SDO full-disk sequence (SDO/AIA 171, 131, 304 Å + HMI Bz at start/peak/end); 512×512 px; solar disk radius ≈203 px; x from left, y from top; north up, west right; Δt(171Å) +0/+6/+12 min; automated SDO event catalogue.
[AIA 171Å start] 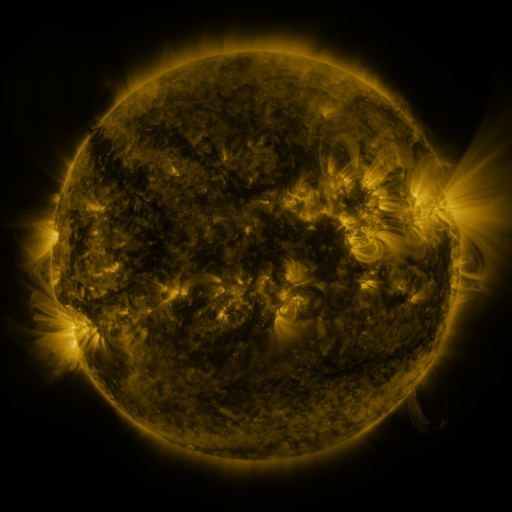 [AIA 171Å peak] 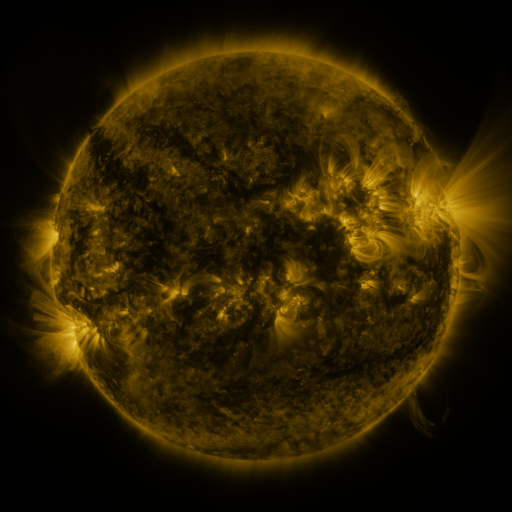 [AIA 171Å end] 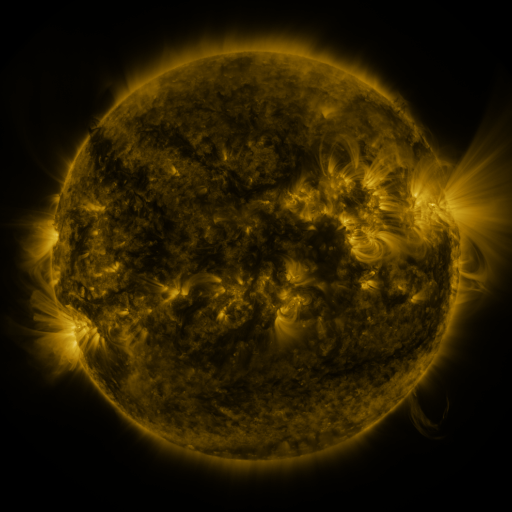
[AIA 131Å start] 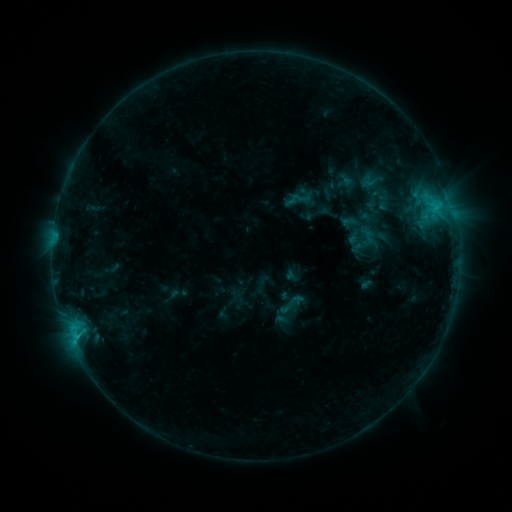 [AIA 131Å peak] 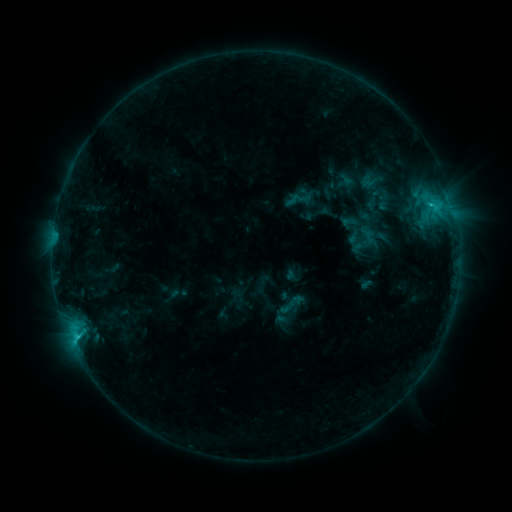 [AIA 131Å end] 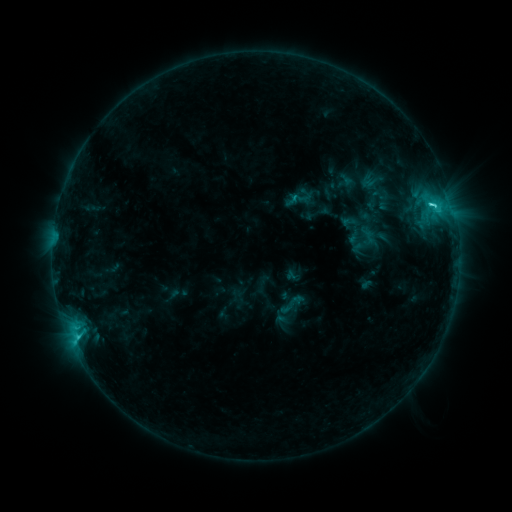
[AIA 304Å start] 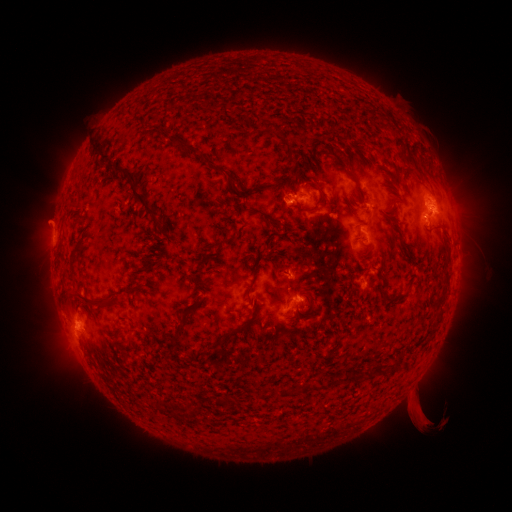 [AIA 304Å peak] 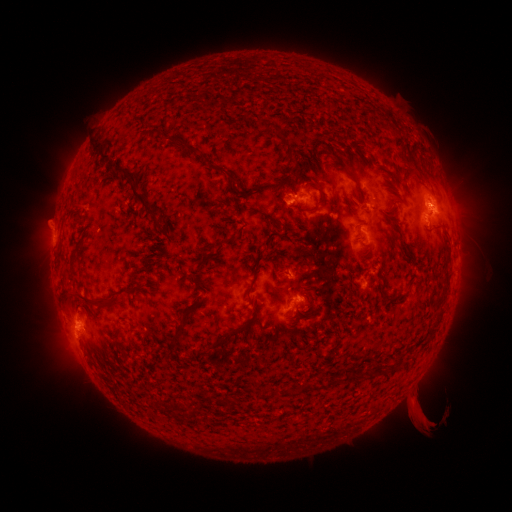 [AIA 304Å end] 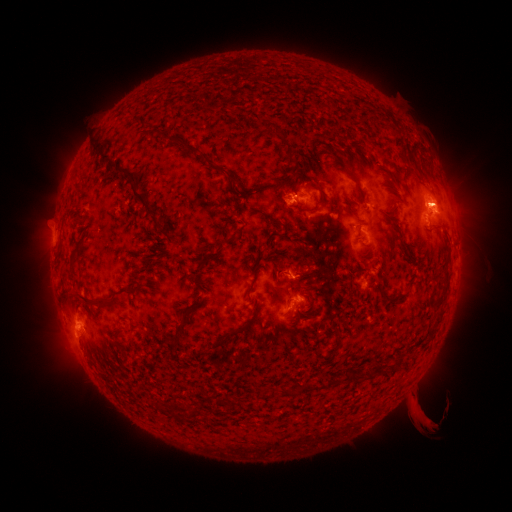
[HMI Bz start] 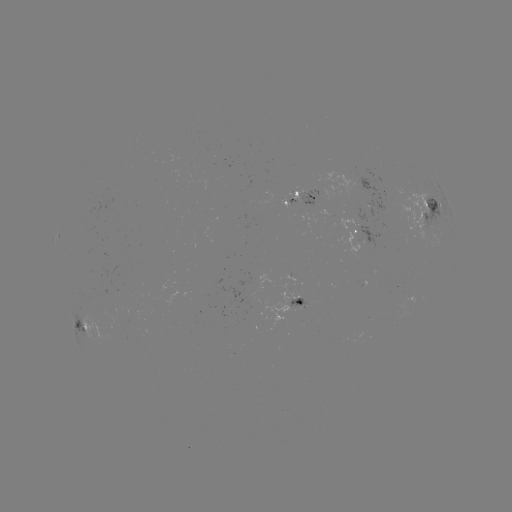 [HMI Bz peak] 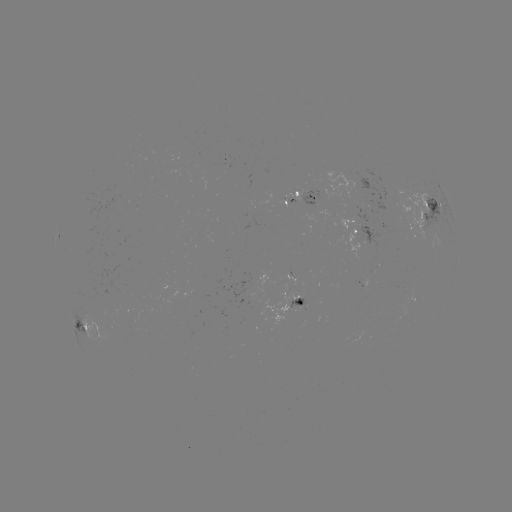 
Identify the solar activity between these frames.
eruption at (448, 202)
